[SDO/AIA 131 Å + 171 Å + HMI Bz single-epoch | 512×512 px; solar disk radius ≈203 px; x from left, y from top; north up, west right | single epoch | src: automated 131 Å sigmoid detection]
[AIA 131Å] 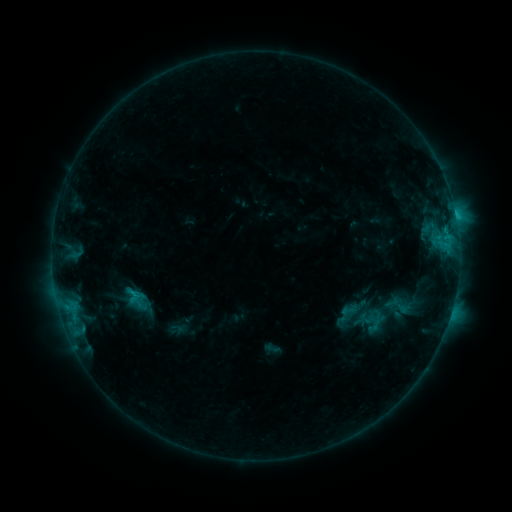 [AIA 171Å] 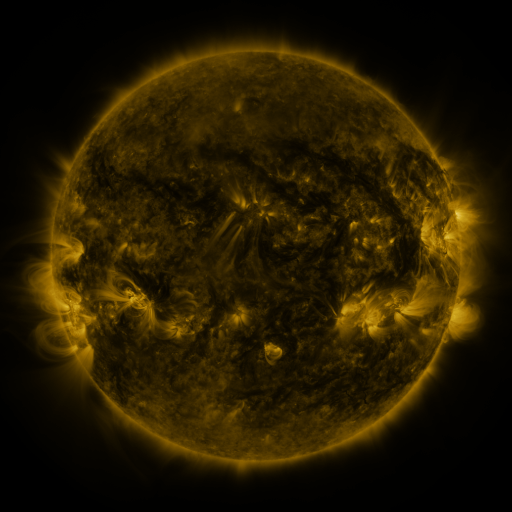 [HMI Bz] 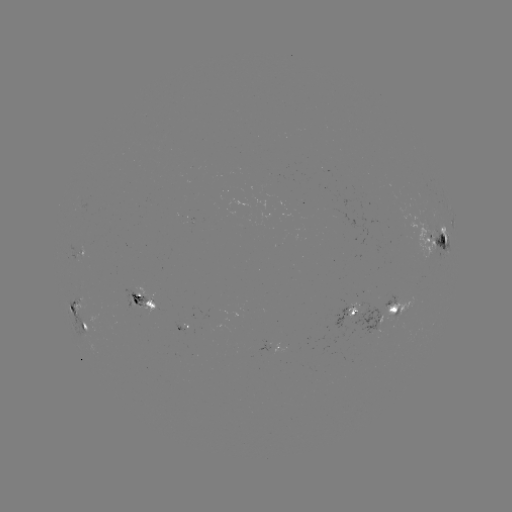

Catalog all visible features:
sigmoid: [339, 300, 359, 320]
